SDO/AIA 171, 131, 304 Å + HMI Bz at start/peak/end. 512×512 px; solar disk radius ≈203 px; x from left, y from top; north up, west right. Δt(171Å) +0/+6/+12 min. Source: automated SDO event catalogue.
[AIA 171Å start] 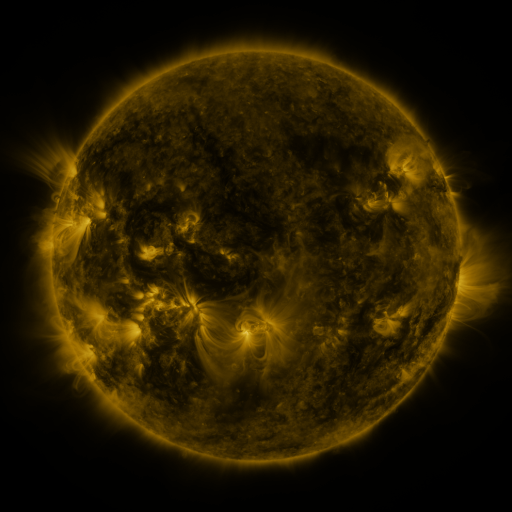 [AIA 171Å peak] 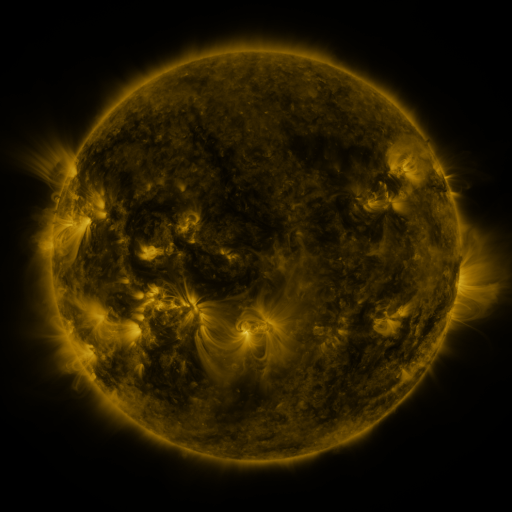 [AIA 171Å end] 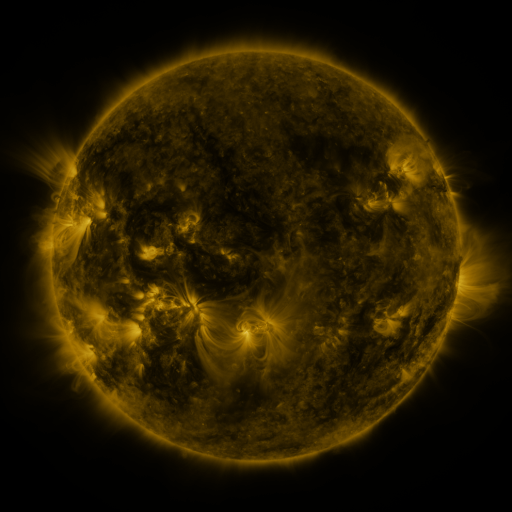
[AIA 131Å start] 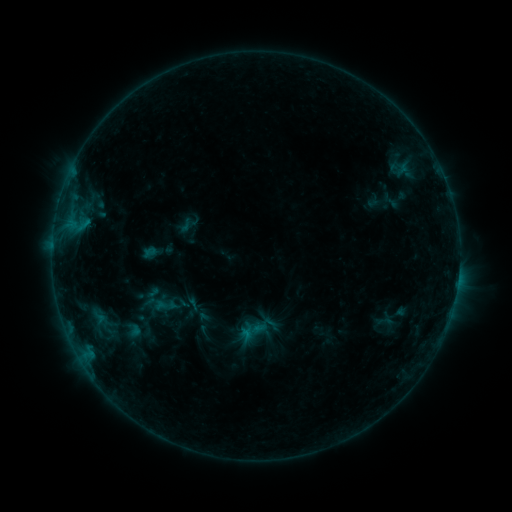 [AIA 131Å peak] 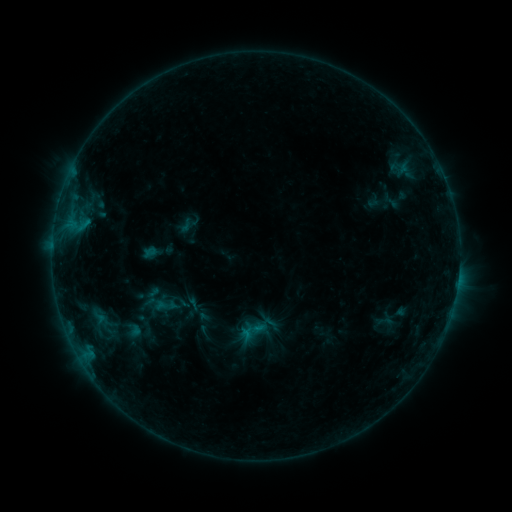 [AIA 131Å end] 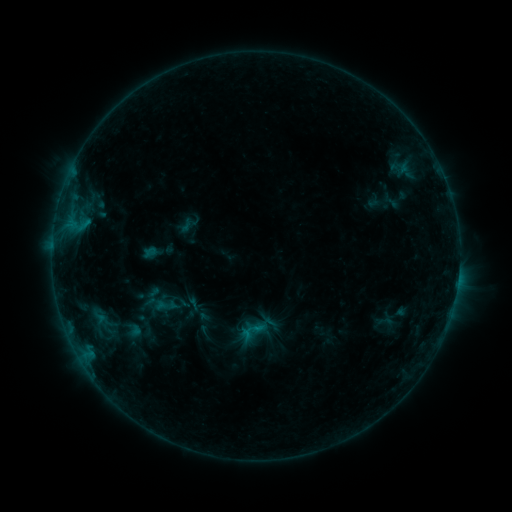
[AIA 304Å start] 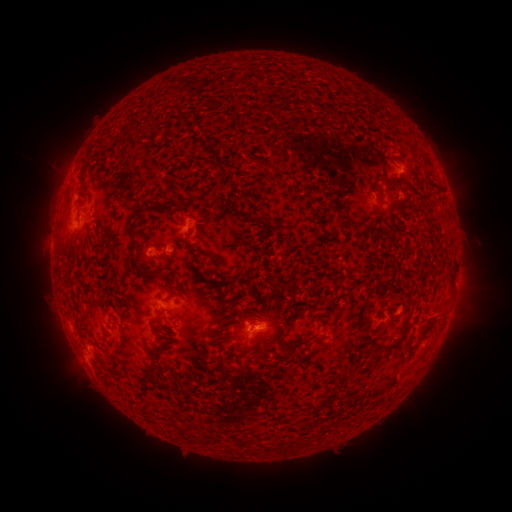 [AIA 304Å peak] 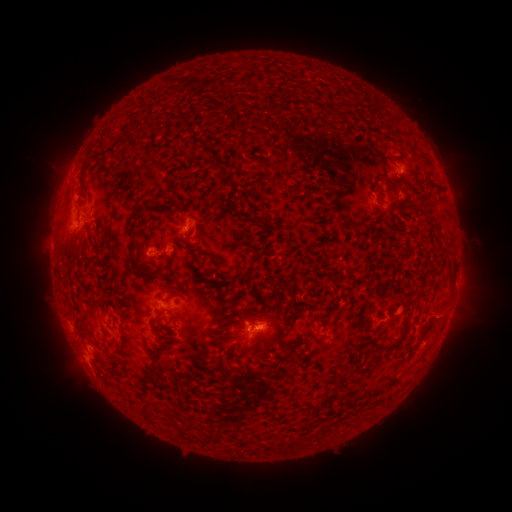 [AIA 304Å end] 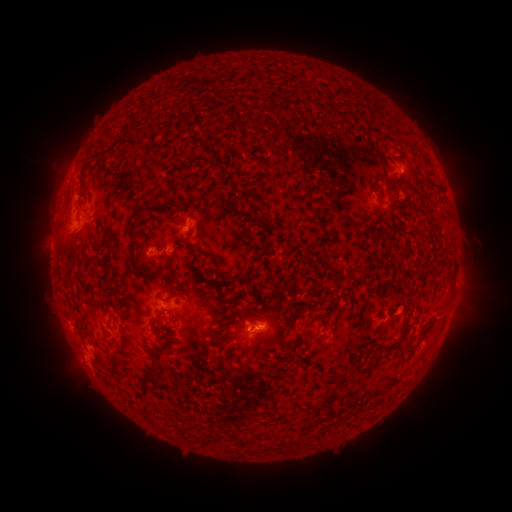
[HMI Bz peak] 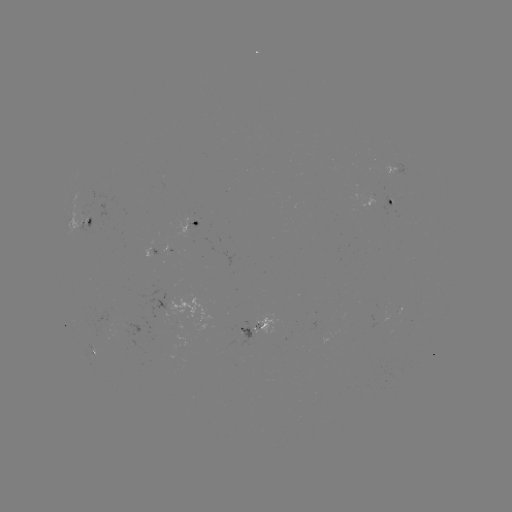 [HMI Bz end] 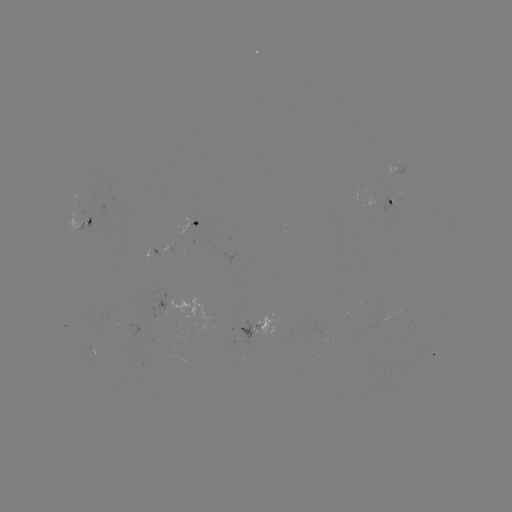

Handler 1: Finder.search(eruption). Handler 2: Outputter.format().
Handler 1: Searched eruption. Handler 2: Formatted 445,315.